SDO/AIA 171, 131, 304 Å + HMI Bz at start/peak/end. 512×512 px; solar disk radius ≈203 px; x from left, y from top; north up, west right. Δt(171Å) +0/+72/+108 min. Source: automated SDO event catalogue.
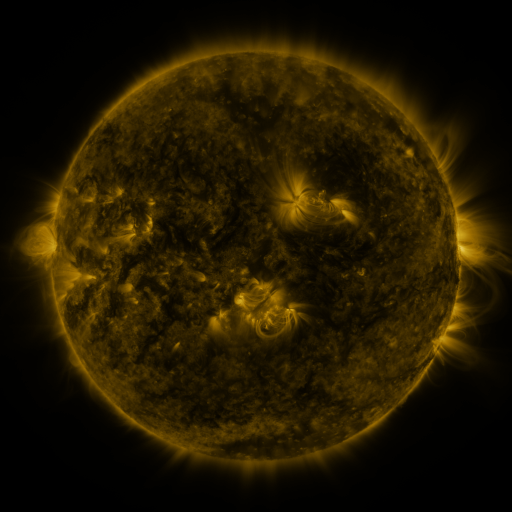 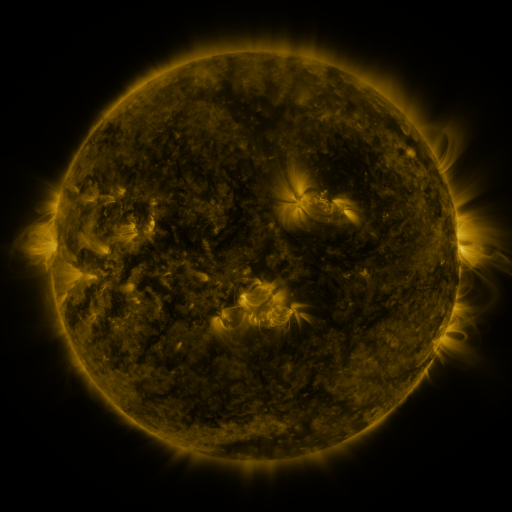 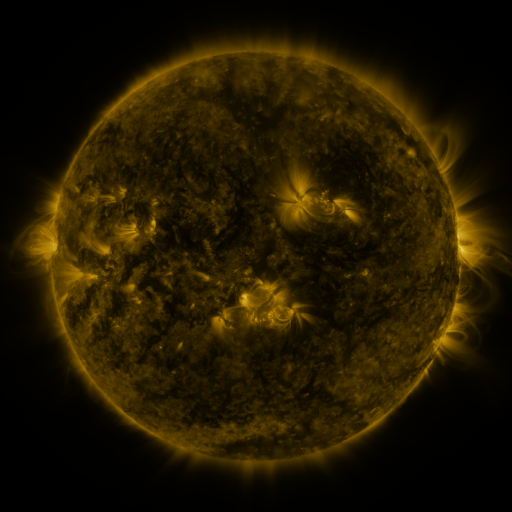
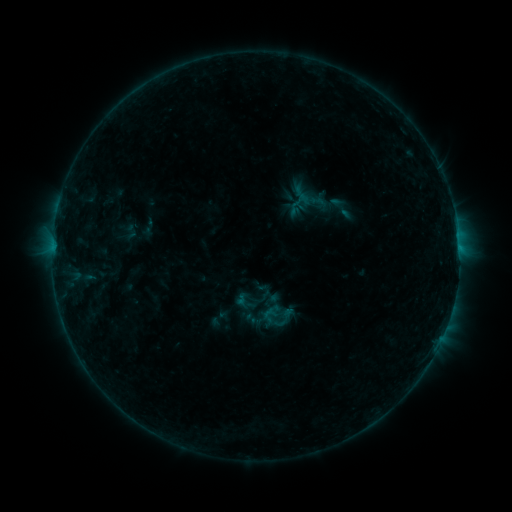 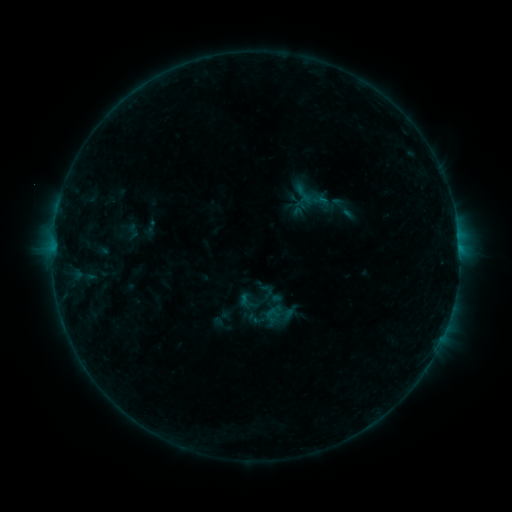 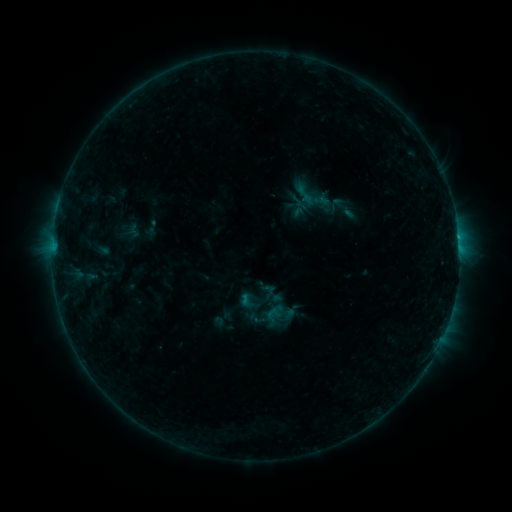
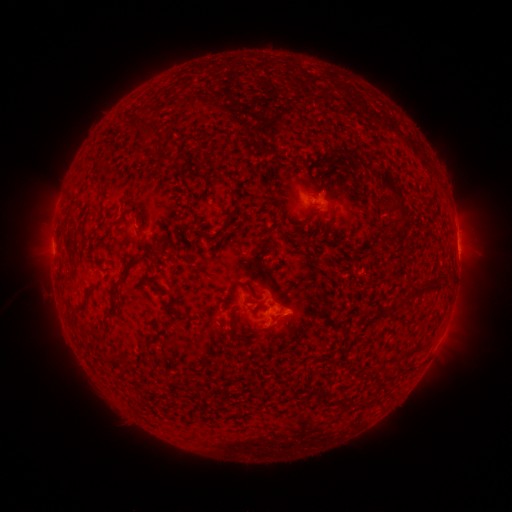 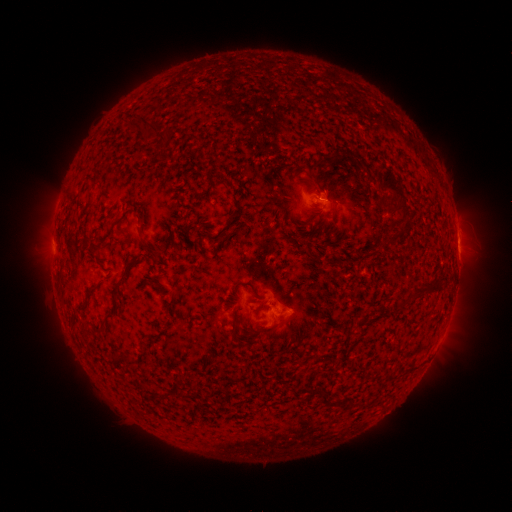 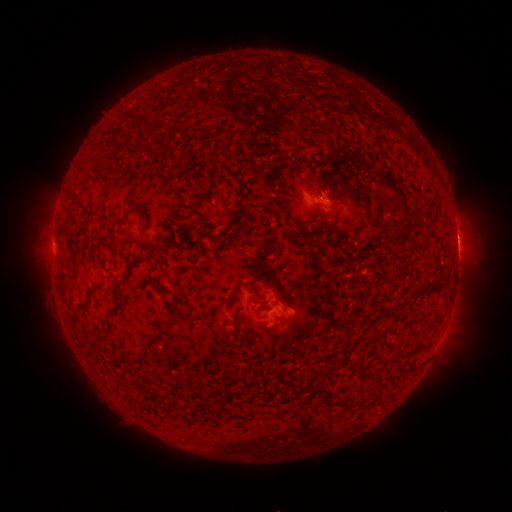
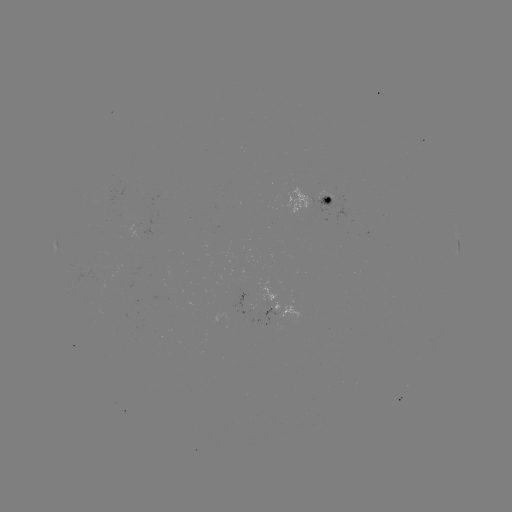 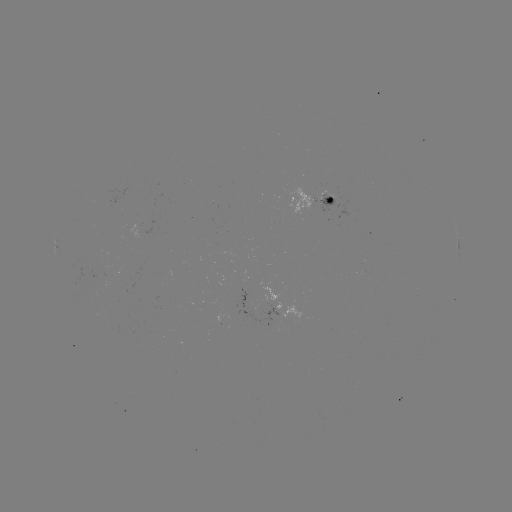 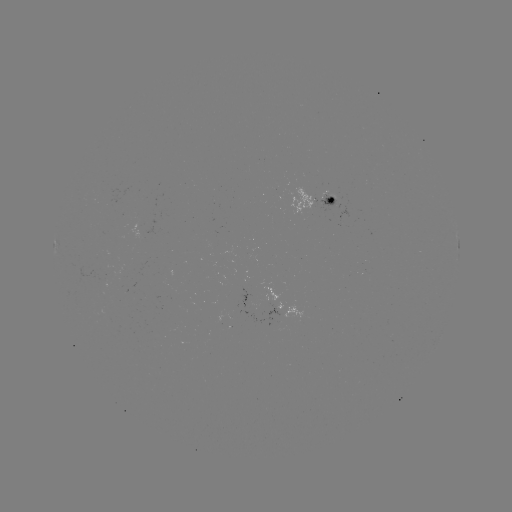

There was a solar emerging-flux region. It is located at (243, 290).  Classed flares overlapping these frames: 1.